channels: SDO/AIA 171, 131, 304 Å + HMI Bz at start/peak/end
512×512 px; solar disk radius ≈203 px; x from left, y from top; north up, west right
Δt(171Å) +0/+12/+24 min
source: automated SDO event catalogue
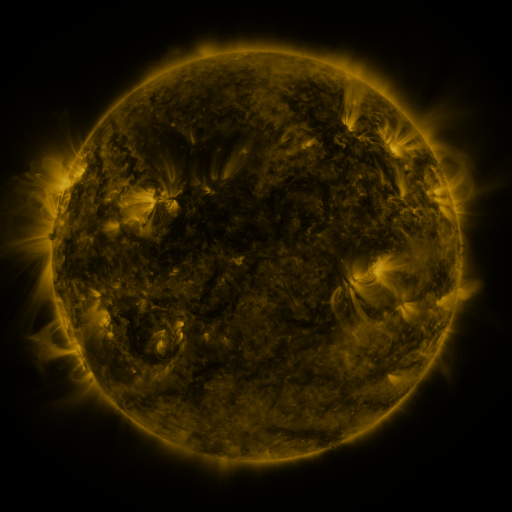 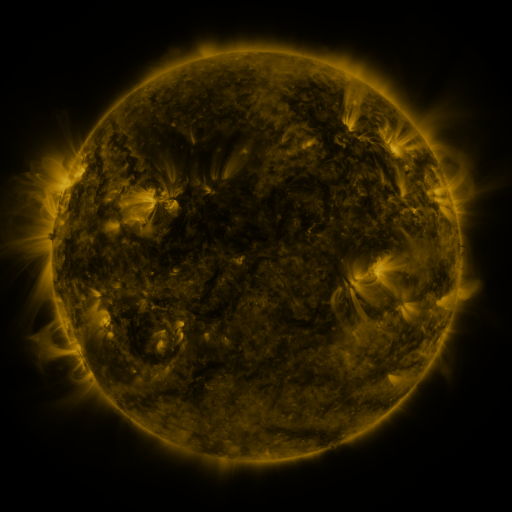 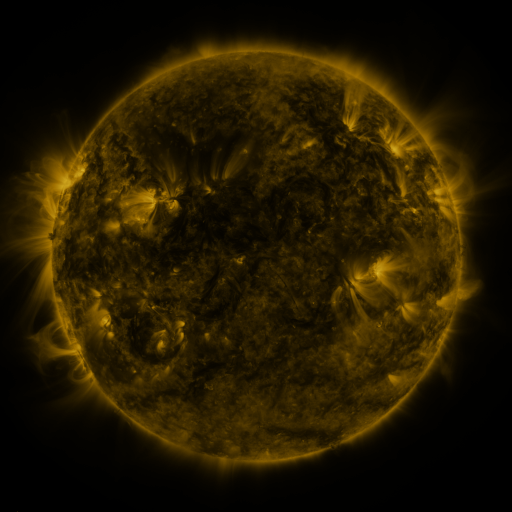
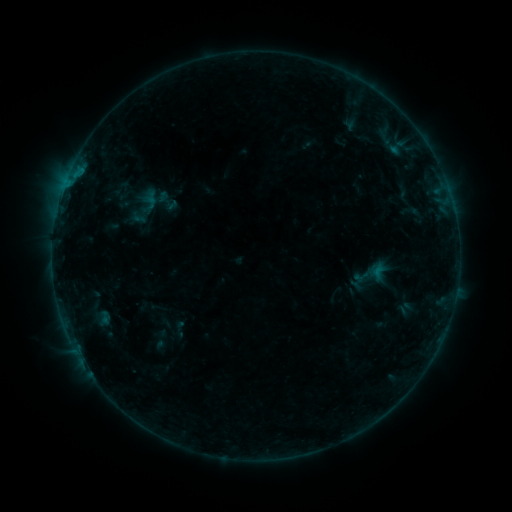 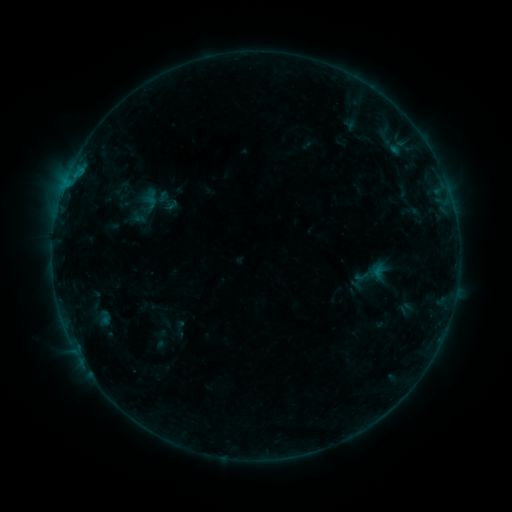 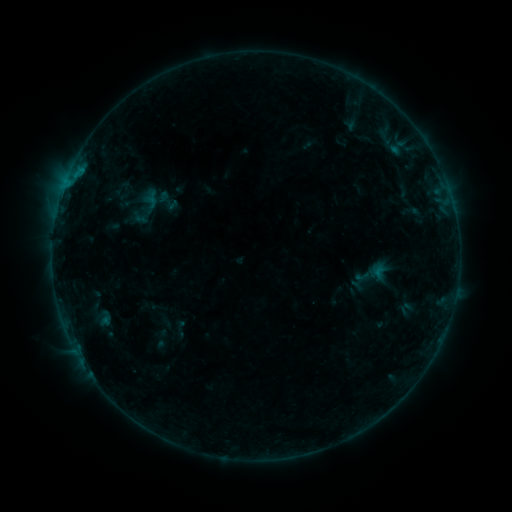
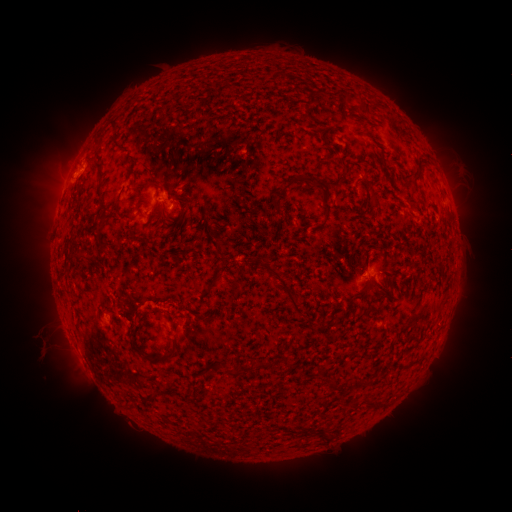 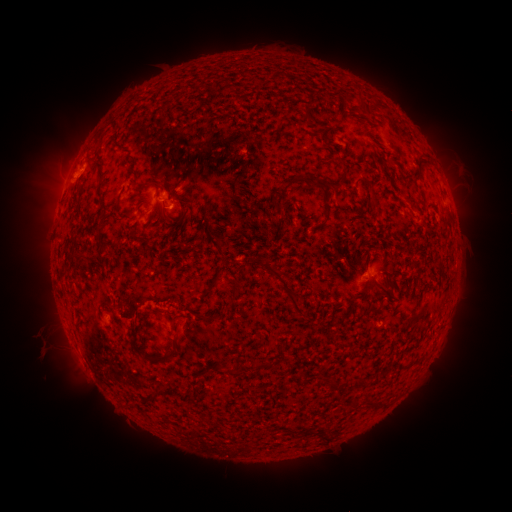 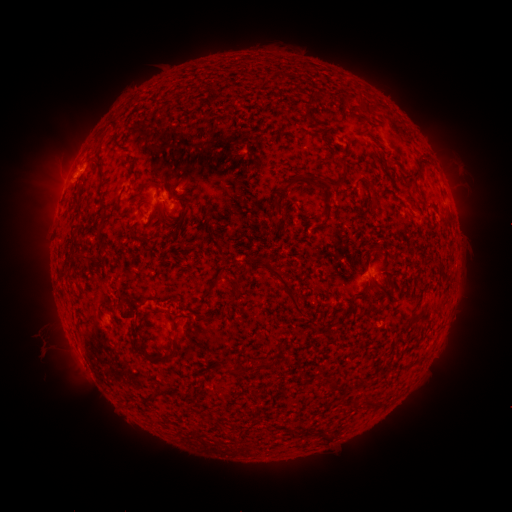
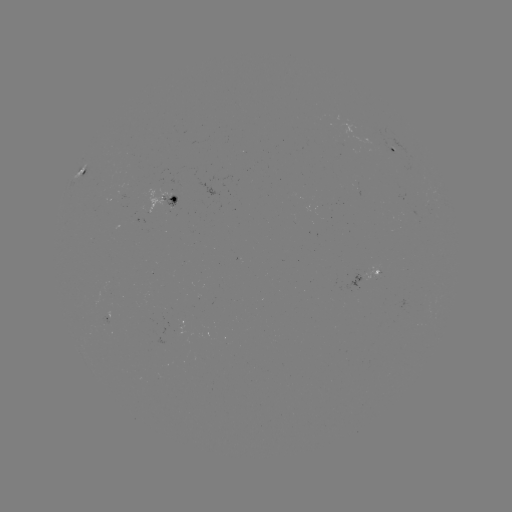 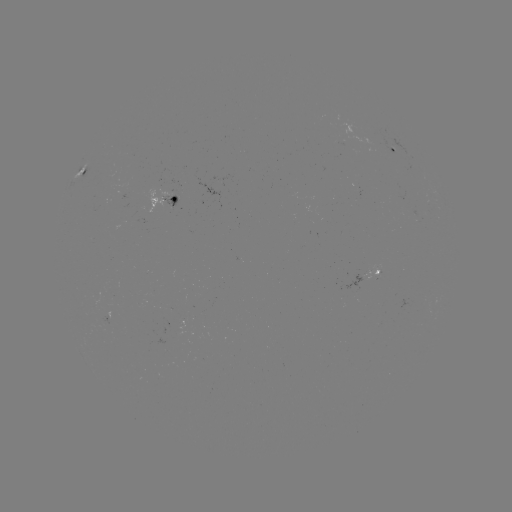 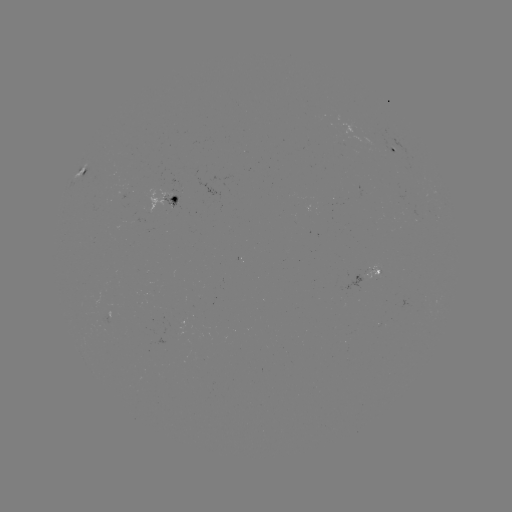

no catalogued flare and no flagged EUV brightening in this window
